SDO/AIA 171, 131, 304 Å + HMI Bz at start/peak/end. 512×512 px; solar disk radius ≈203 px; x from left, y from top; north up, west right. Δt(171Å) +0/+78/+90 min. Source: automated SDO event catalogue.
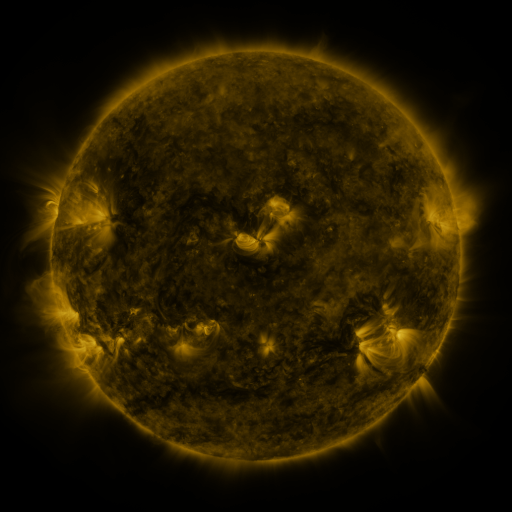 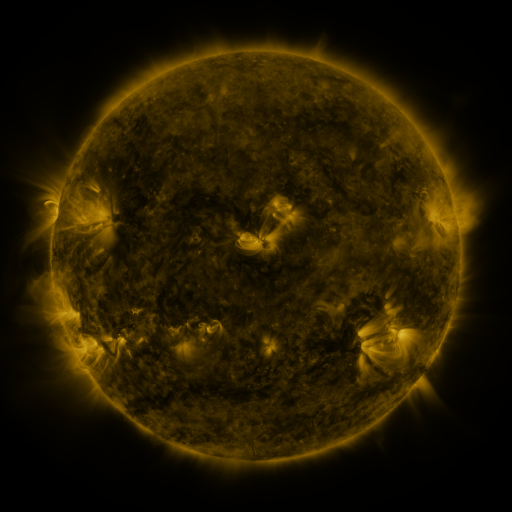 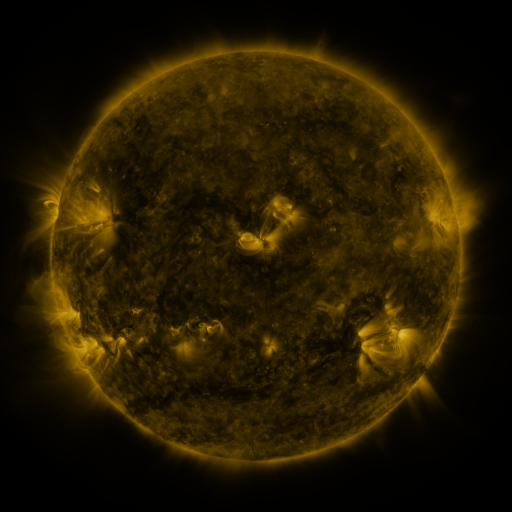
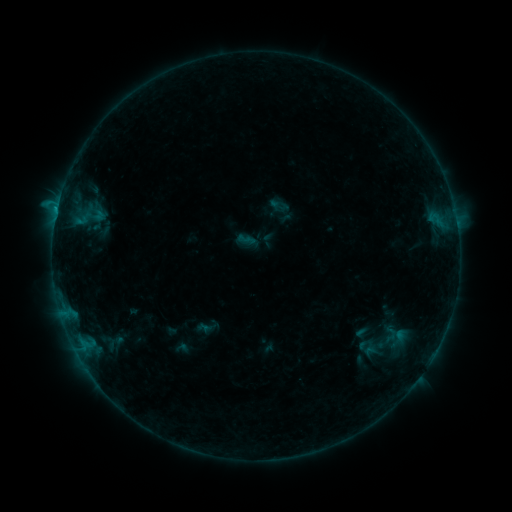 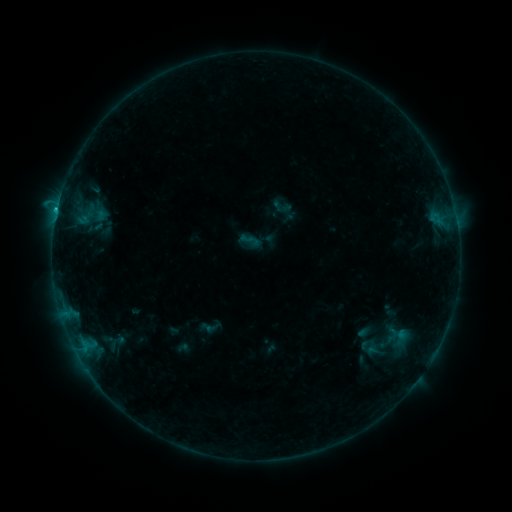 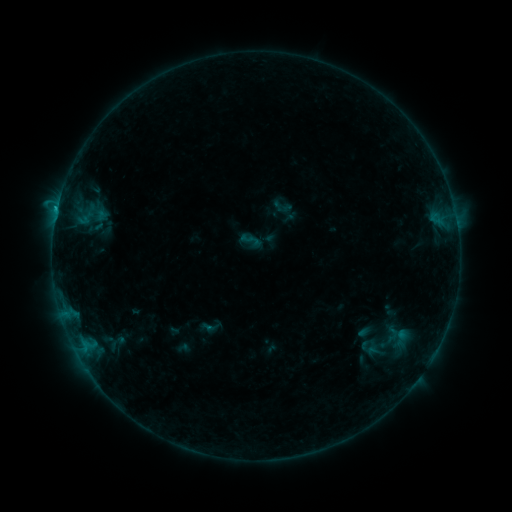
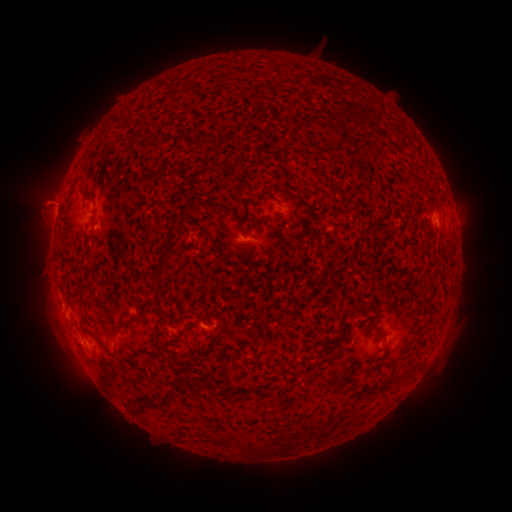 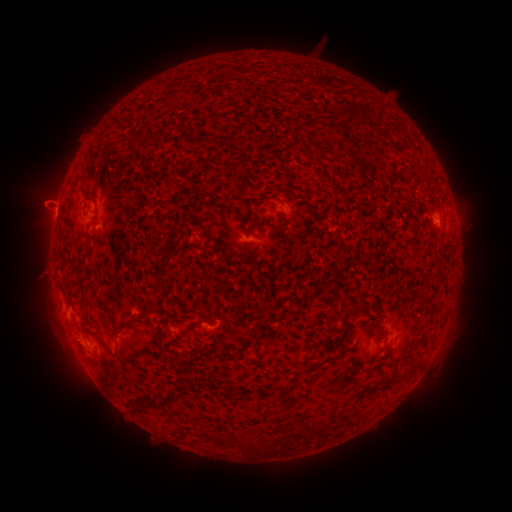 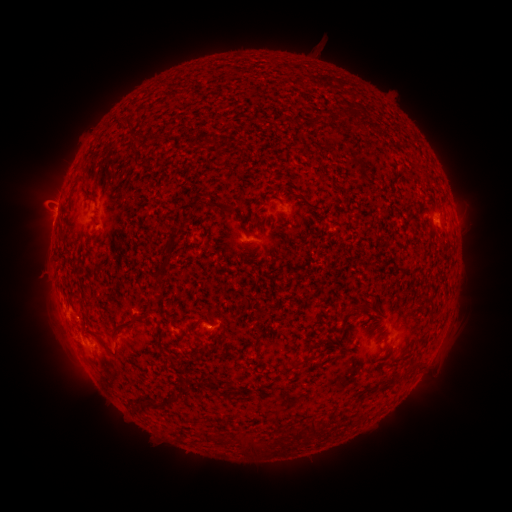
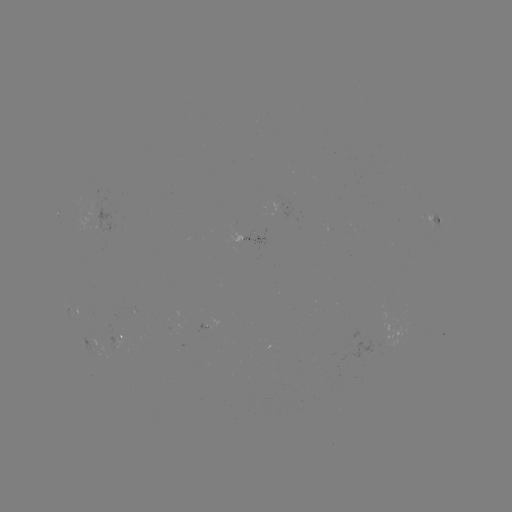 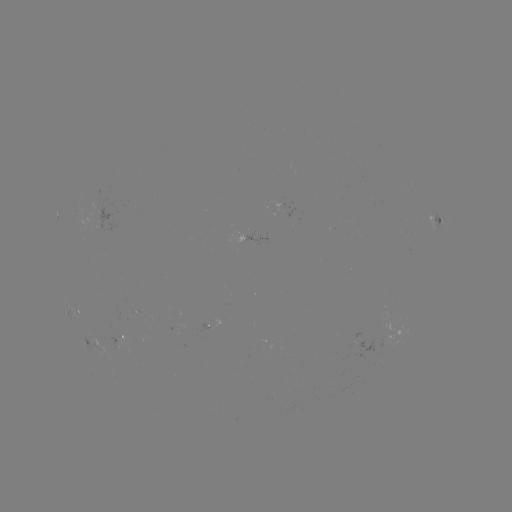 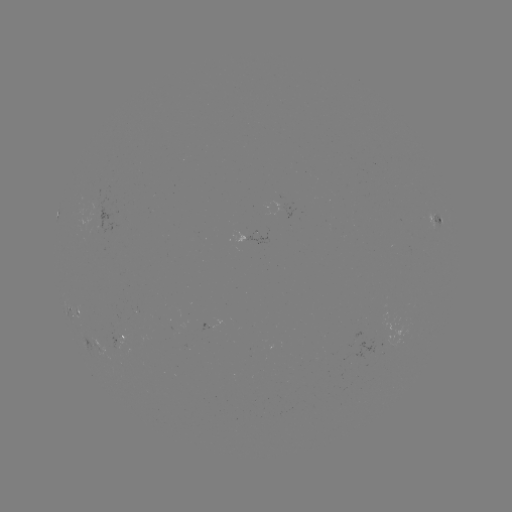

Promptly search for emerging-flux region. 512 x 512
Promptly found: [120, 337].